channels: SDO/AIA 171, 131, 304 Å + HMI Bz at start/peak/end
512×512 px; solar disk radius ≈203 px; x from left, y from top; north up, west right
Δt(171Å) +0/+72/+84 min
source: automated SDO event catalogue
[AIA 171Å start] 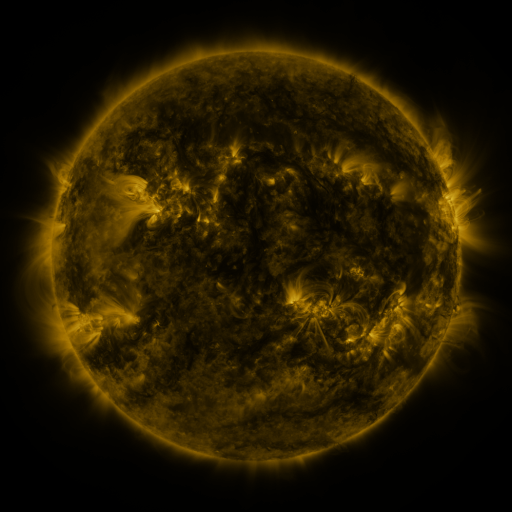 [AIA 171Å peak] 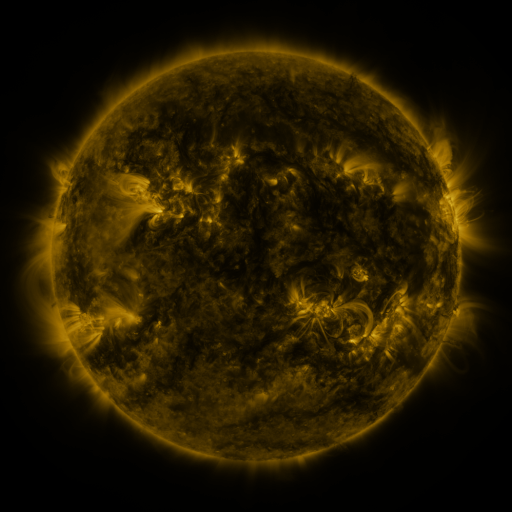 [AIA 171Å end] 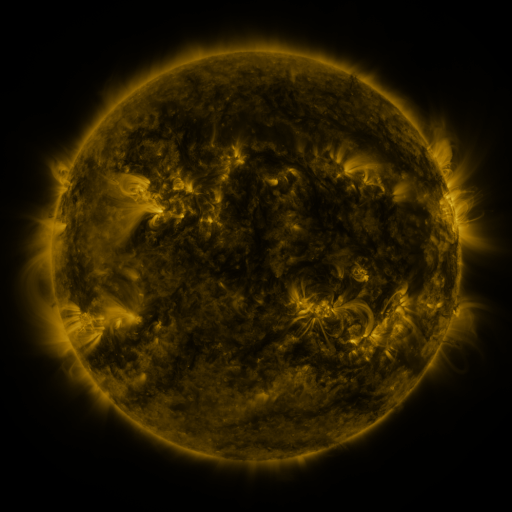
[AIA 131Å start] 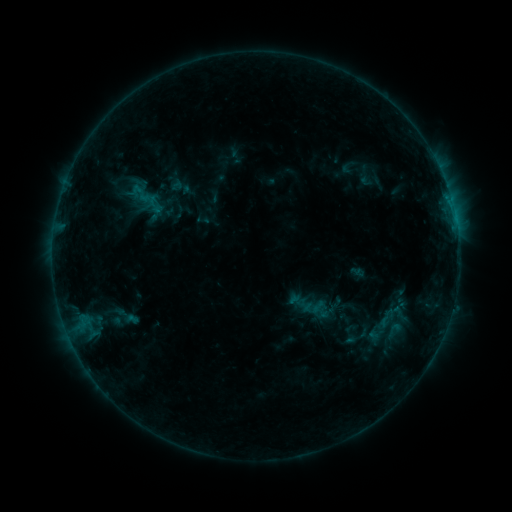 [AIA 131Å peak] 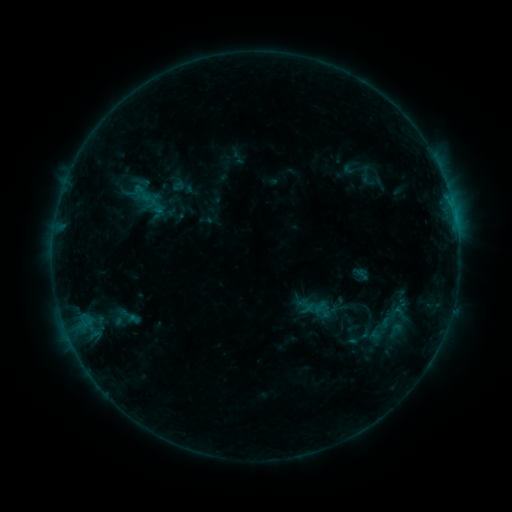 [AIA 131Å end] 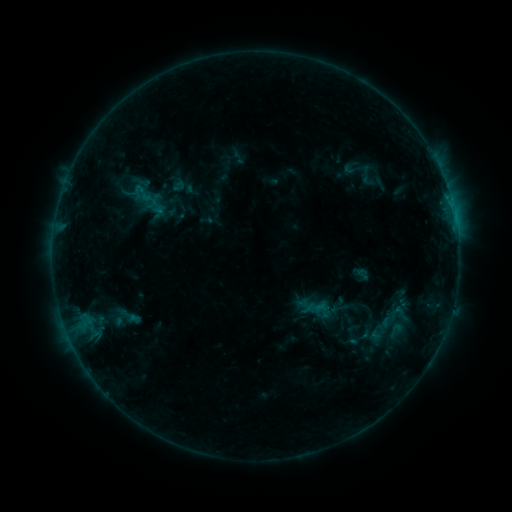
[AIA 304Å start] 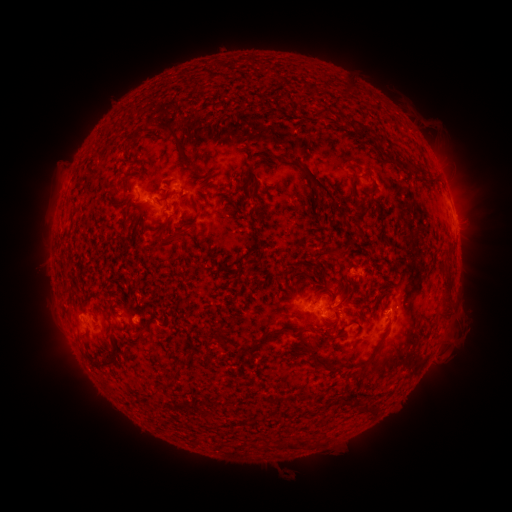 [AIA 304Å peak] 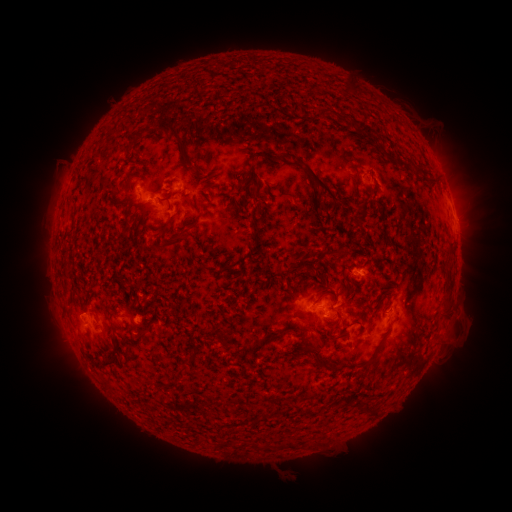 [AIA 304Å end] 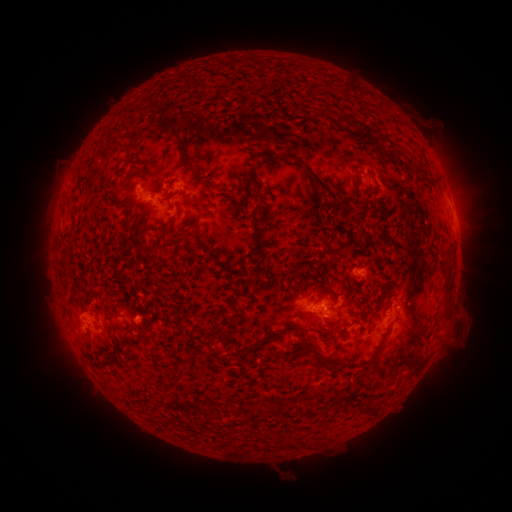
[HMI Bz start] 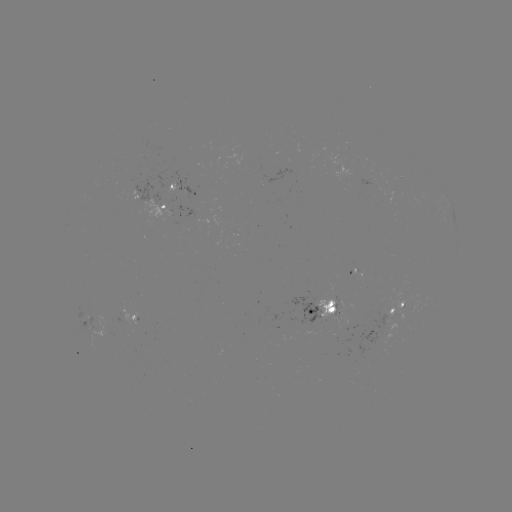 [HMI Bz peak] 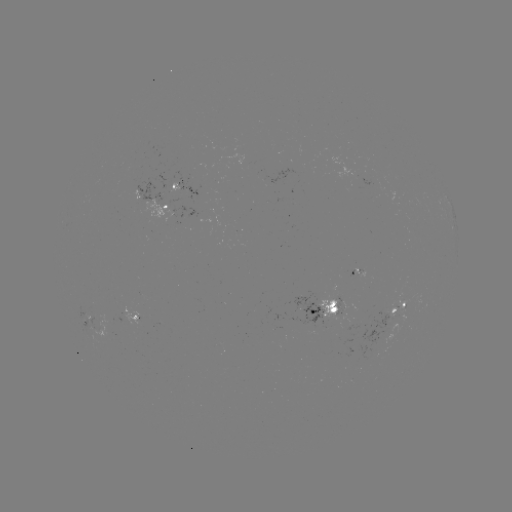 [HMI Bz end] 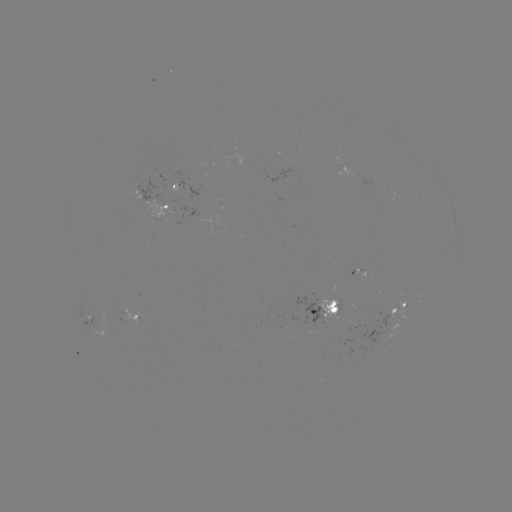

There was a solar emerging-flux region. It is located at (123, 317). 